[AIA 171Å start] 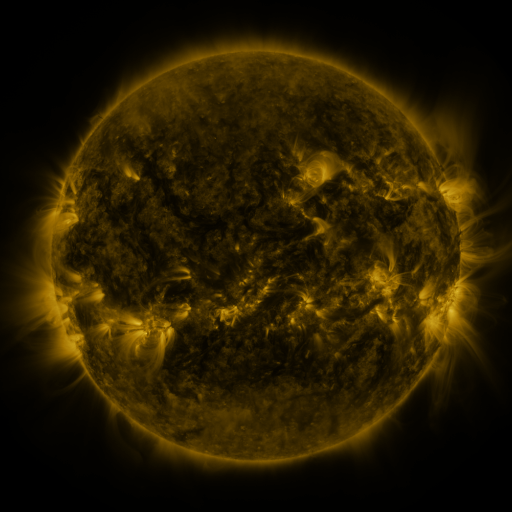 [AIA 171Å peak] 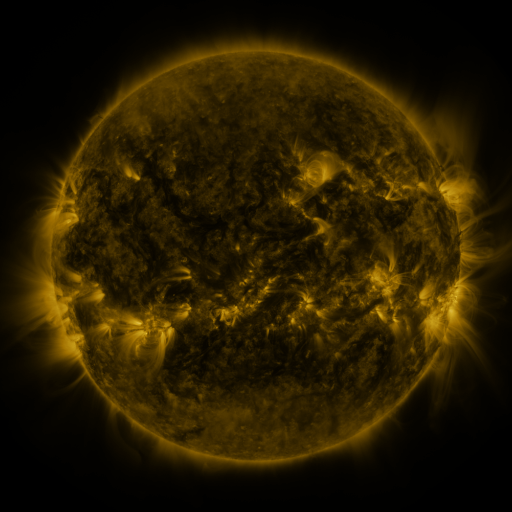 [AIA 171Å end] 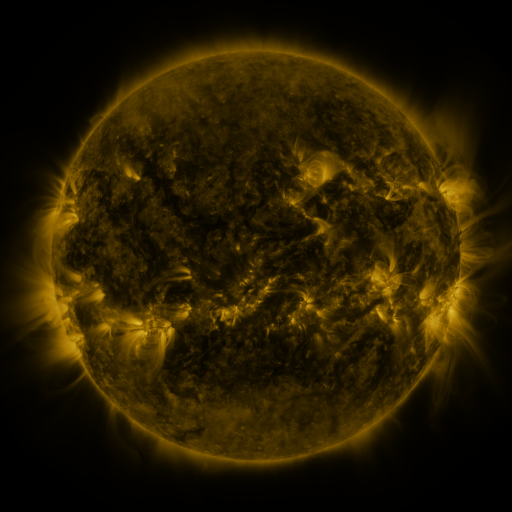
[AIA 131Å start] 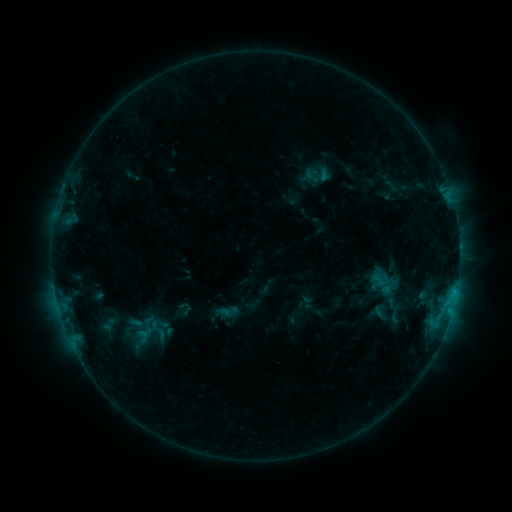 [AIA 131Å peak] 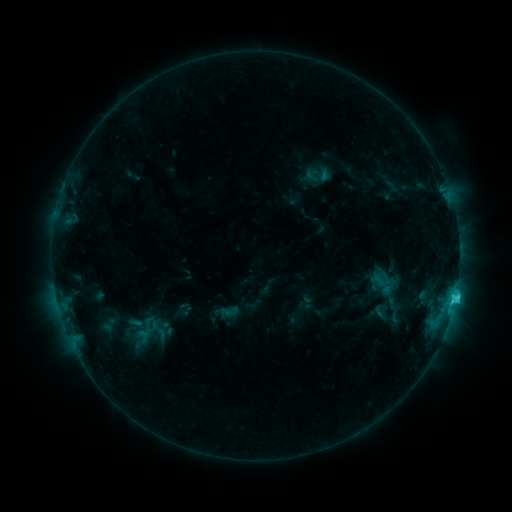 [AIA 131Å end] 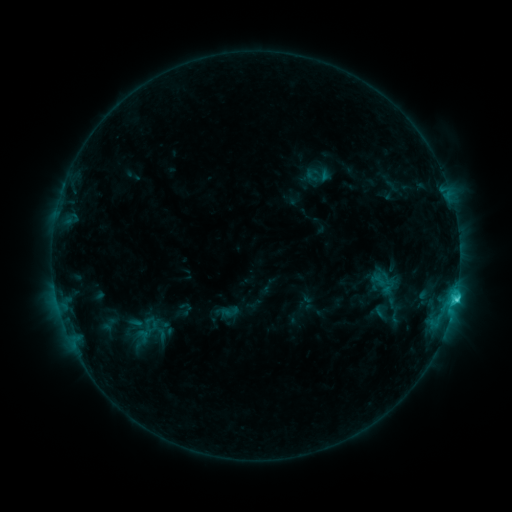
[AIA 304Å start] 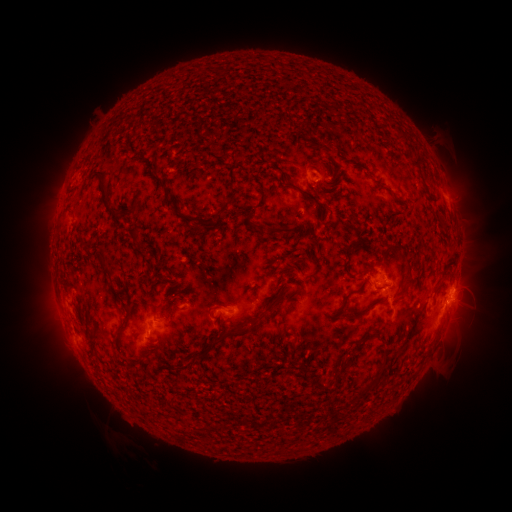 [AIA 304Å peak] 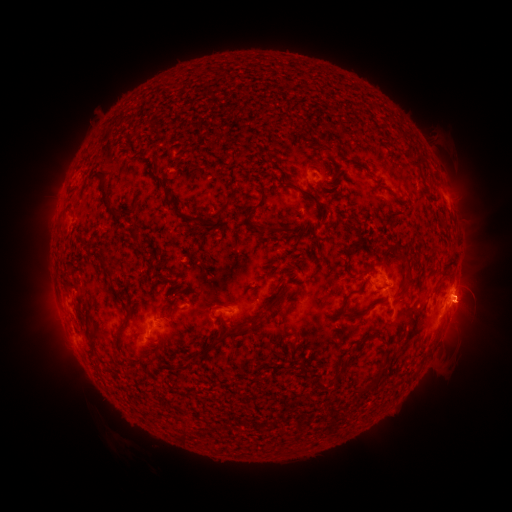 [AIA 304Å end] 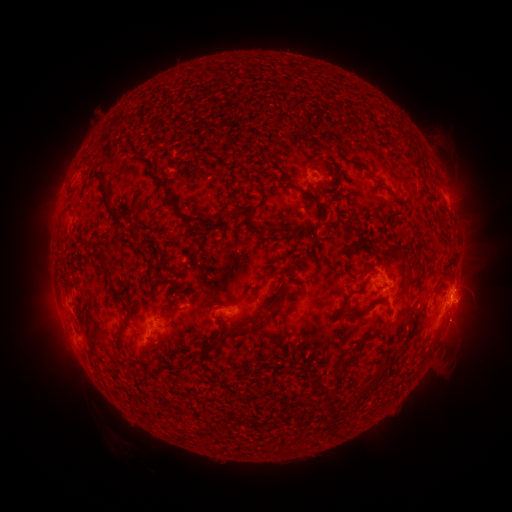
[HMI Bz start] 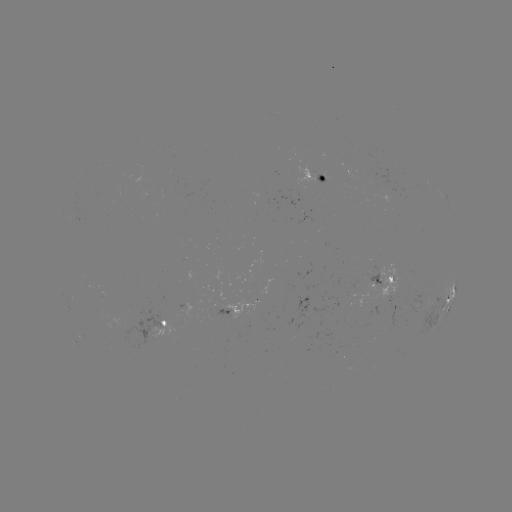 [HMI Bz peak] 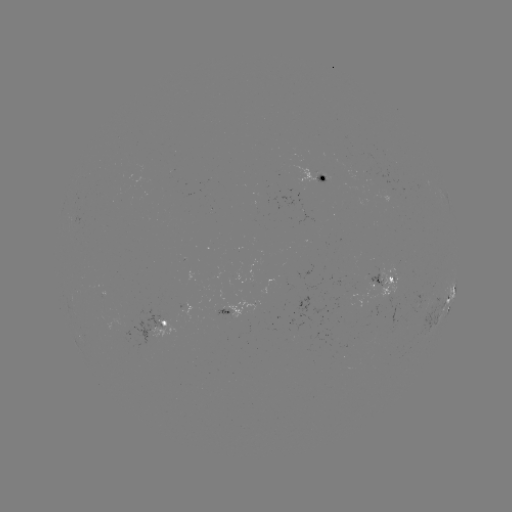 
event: eruption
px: (468, 301)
